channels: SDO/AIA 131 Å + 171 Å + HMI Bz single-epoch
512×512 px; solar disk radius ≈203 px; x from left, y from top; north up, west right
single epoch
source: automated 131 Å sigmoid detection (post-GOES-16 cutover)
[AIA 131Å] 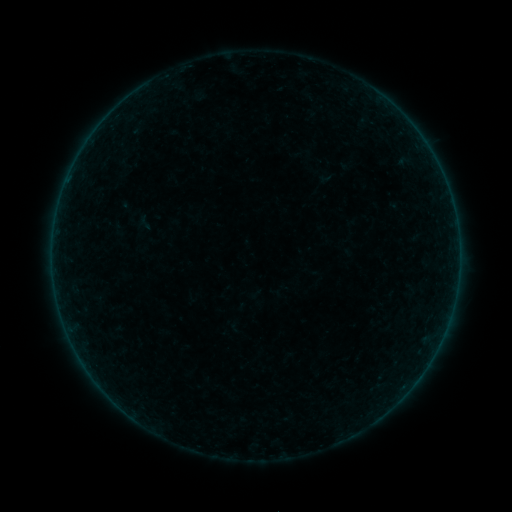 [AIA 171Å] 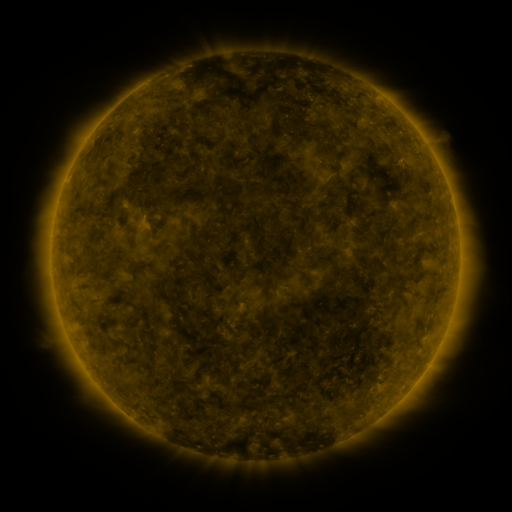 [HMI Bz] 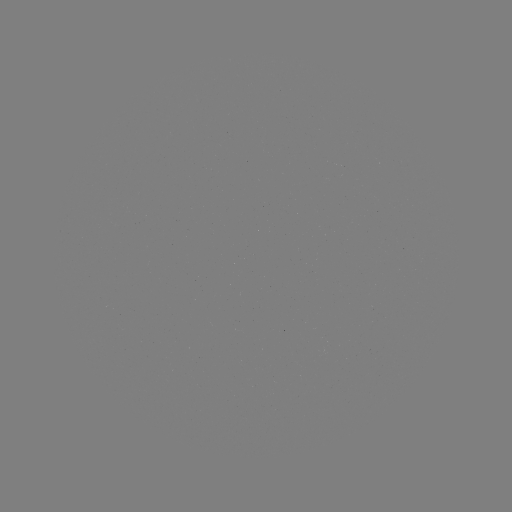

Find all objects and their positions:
sigmoid: (145, 222)
